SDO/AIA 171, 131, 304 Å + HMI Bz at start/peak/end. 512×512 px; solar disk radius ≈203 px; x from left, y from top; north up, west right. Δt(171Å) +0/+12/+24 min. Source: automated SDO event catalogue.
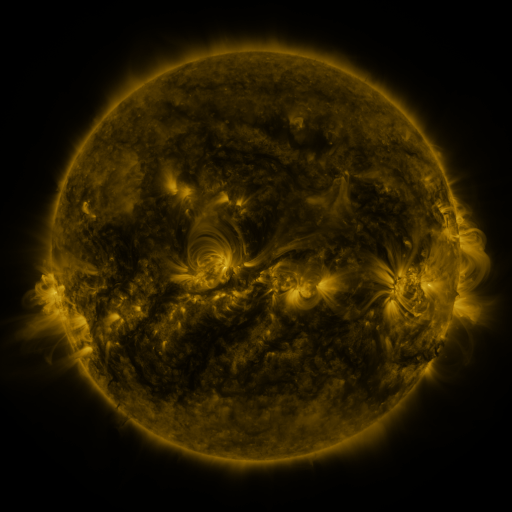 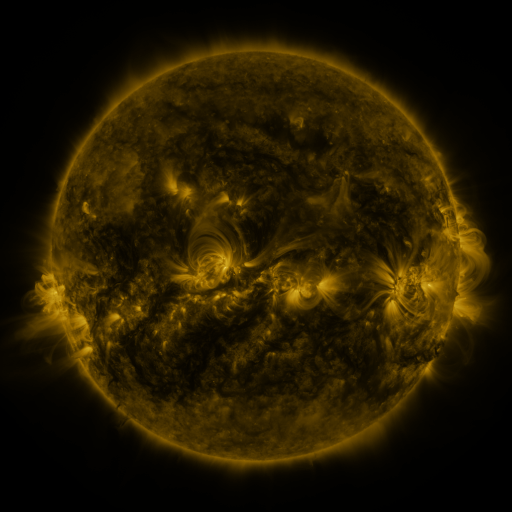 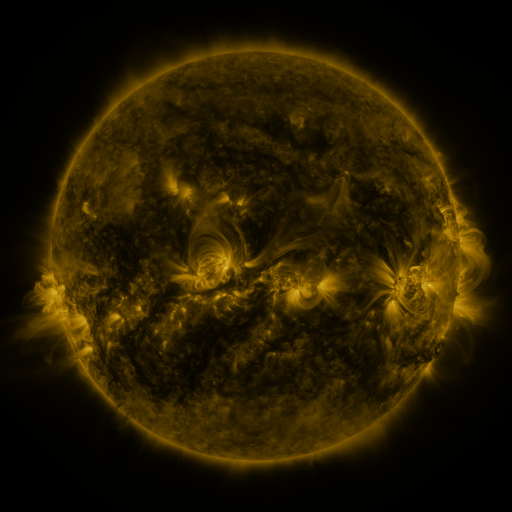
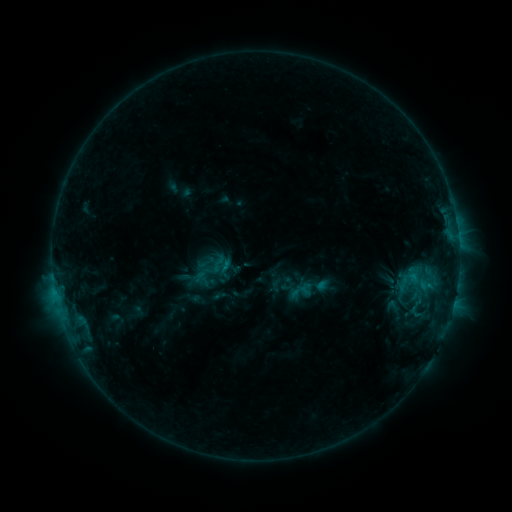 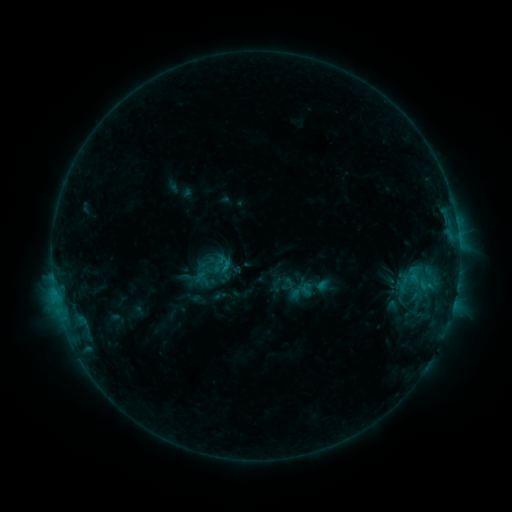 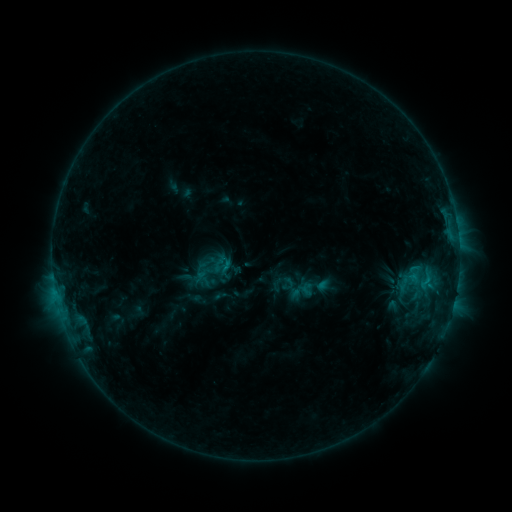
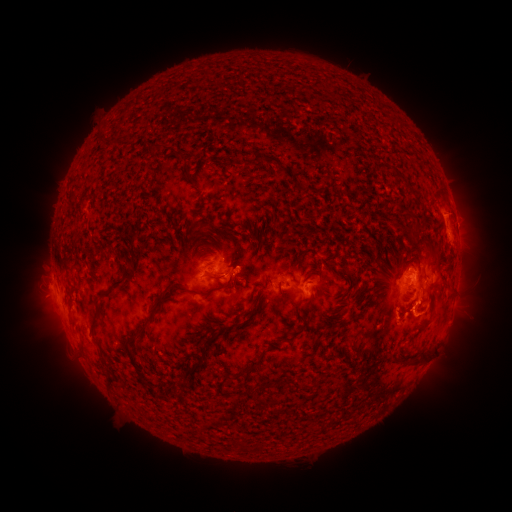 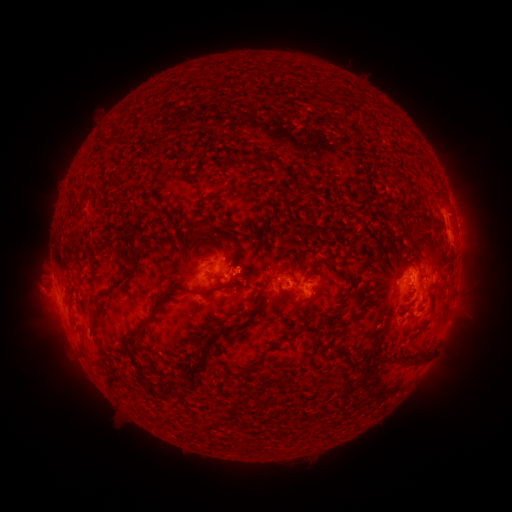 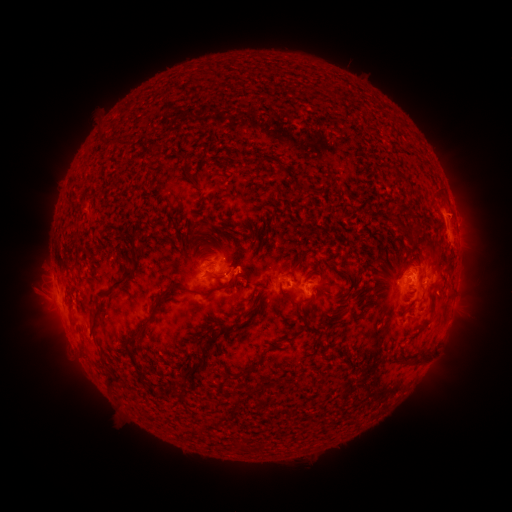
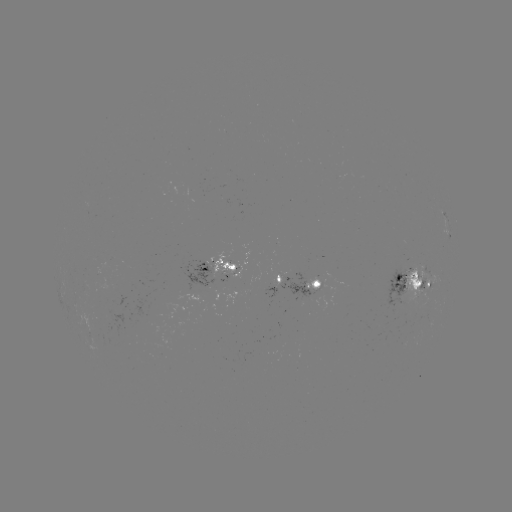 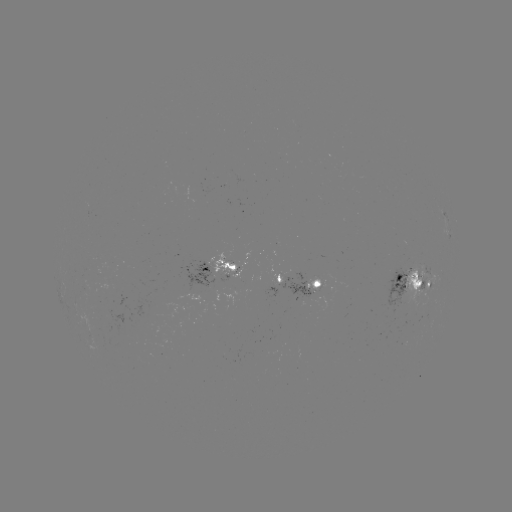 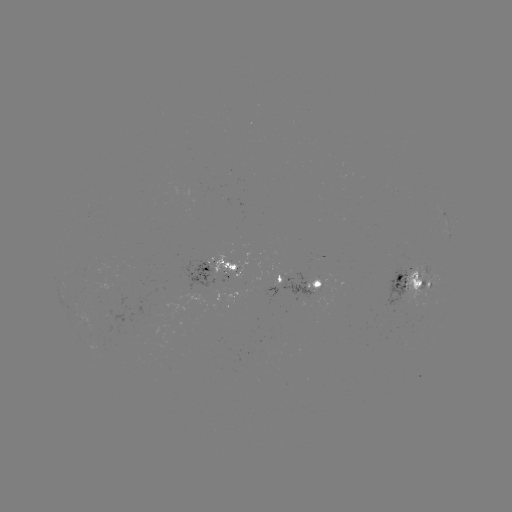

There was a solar eruption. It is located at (36, 292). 